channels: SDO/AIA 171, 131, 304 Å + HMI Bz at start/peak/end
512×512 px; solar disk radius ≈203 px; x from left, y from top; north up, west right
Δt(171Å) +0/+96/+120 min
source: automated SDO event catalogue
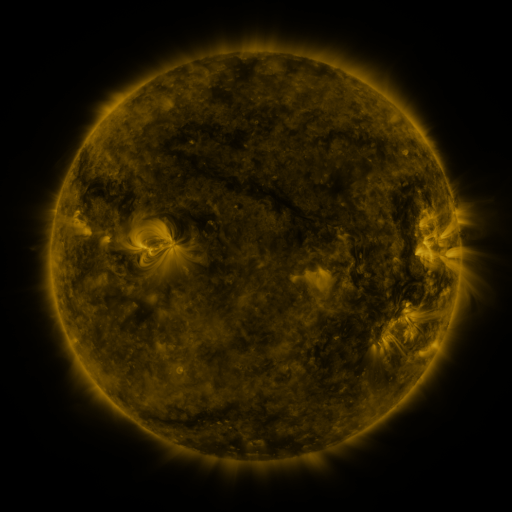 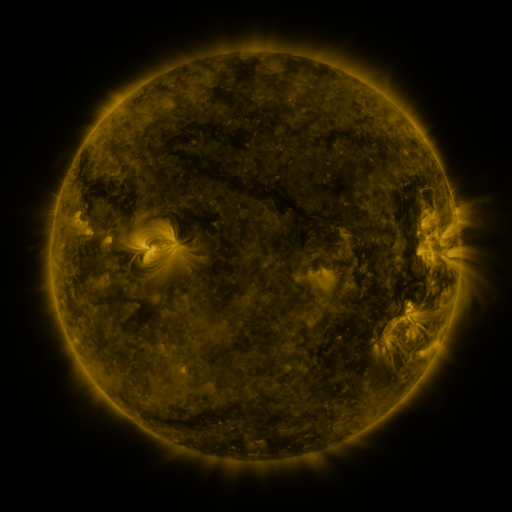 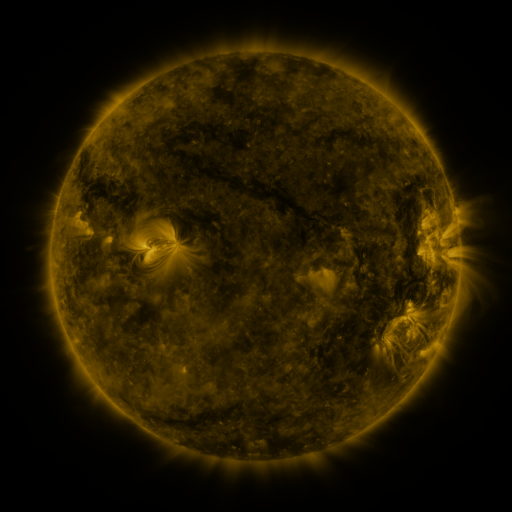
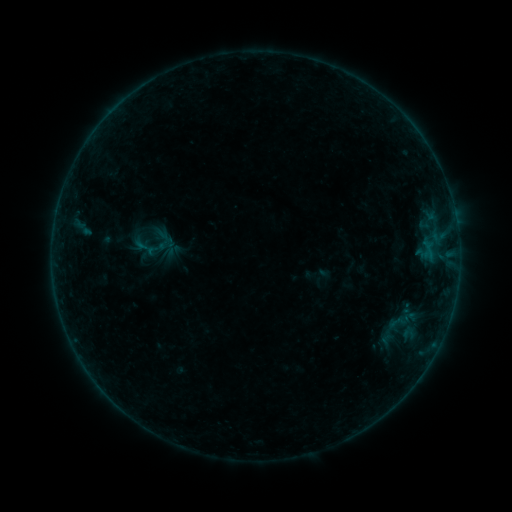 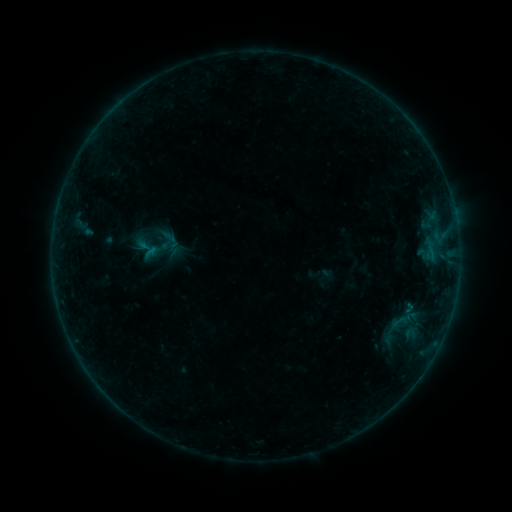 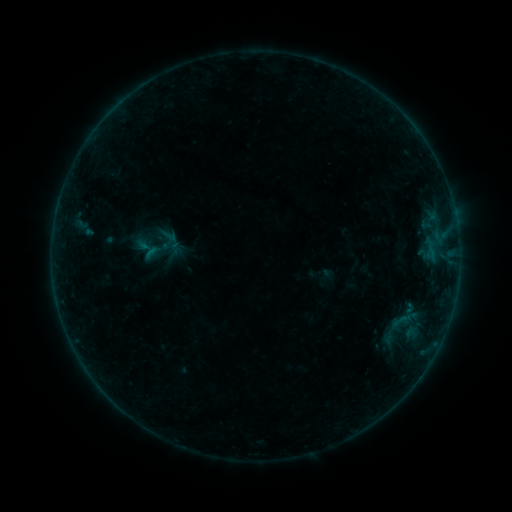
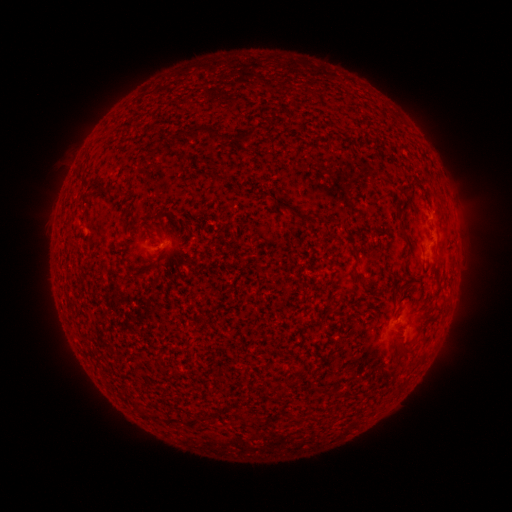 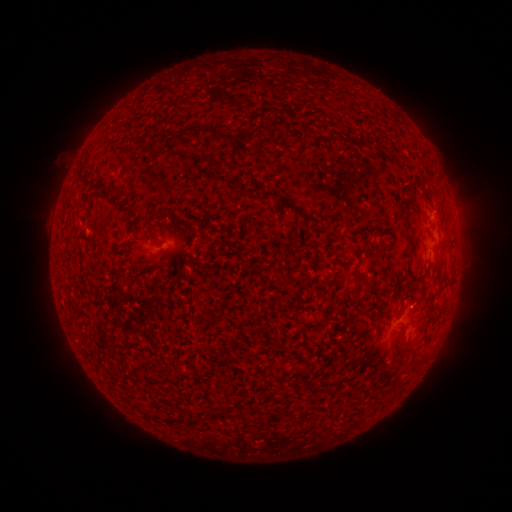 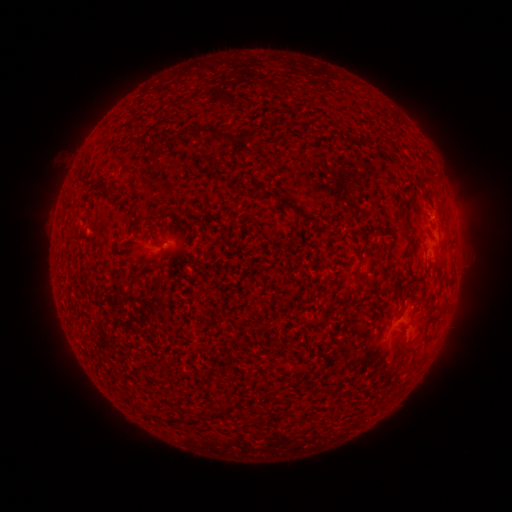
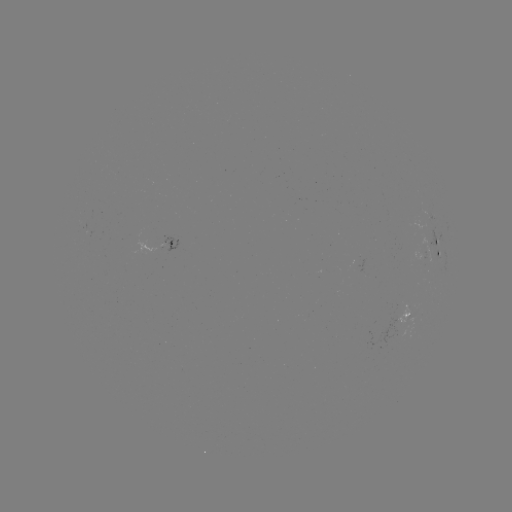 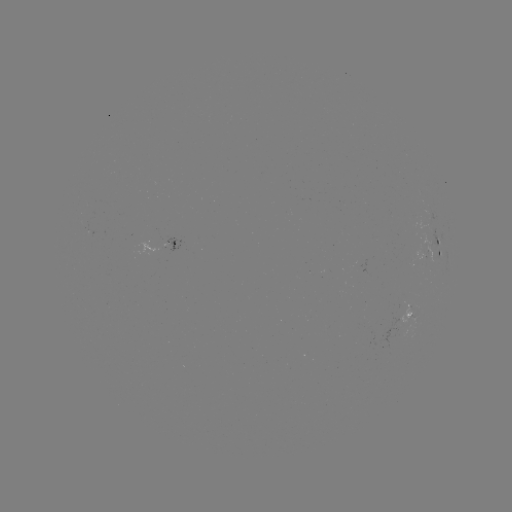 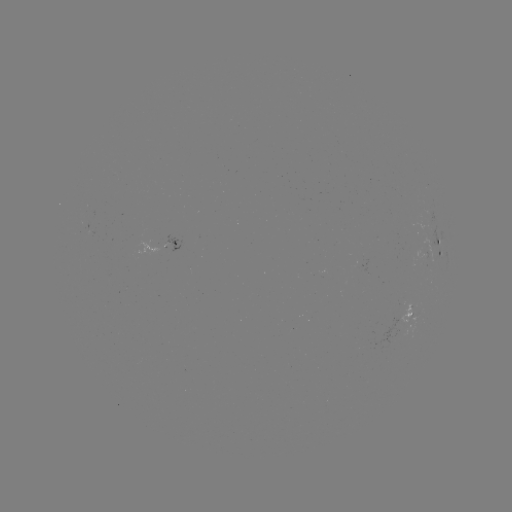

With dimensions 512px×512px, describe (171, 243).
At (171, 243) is emerging-flux region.